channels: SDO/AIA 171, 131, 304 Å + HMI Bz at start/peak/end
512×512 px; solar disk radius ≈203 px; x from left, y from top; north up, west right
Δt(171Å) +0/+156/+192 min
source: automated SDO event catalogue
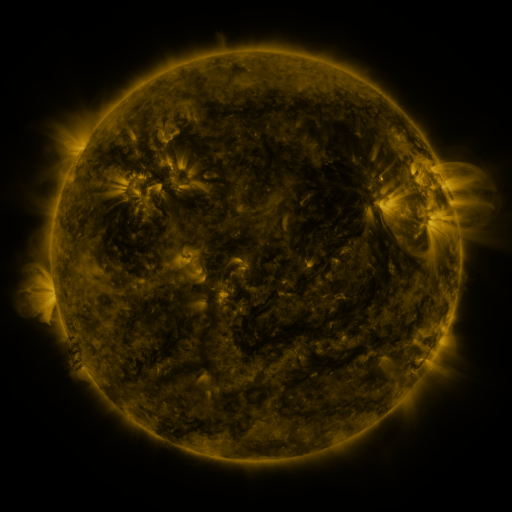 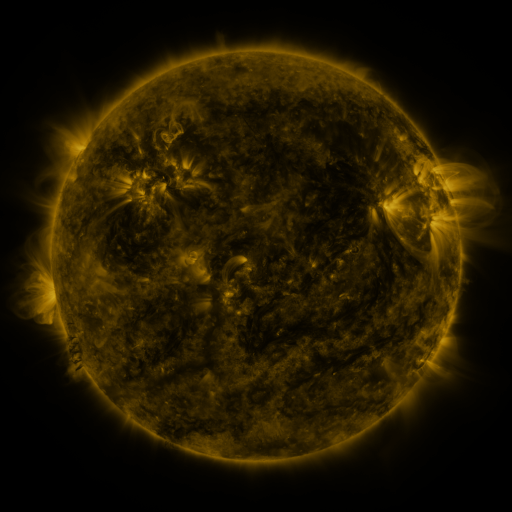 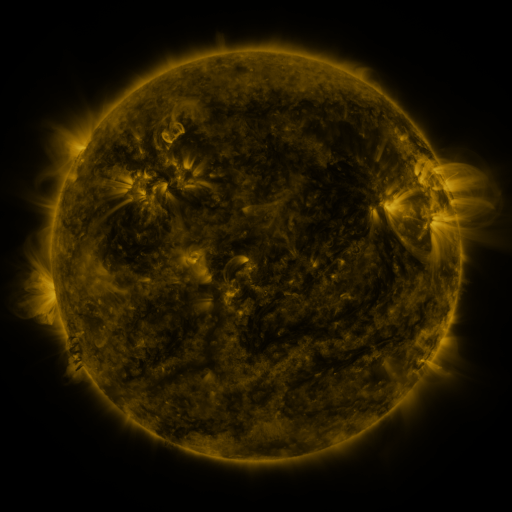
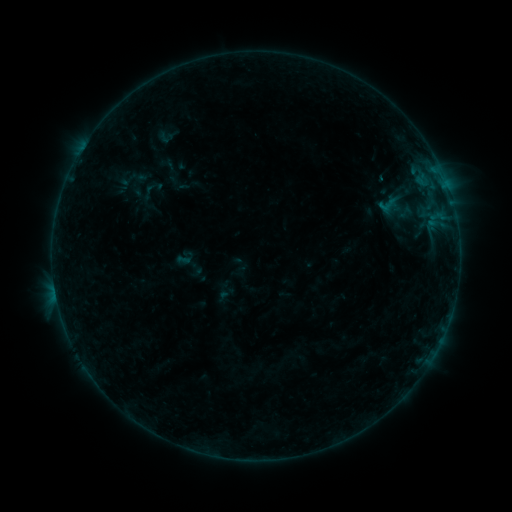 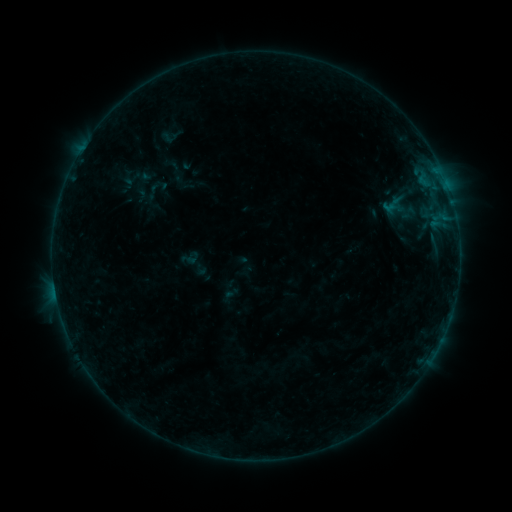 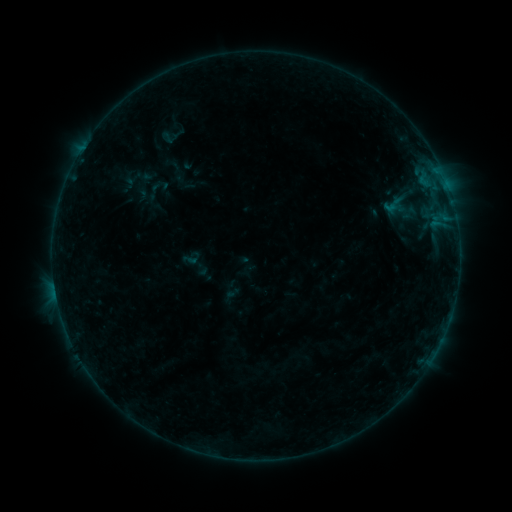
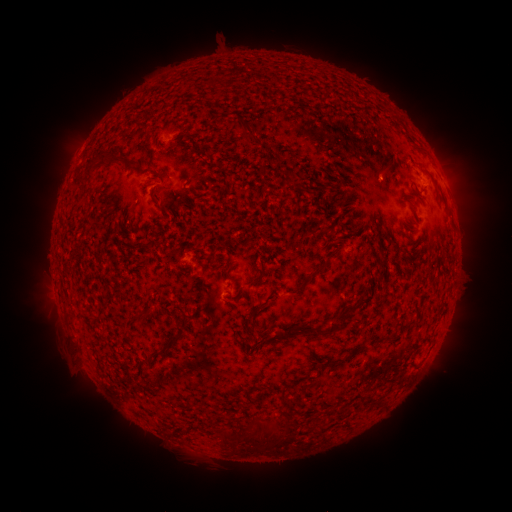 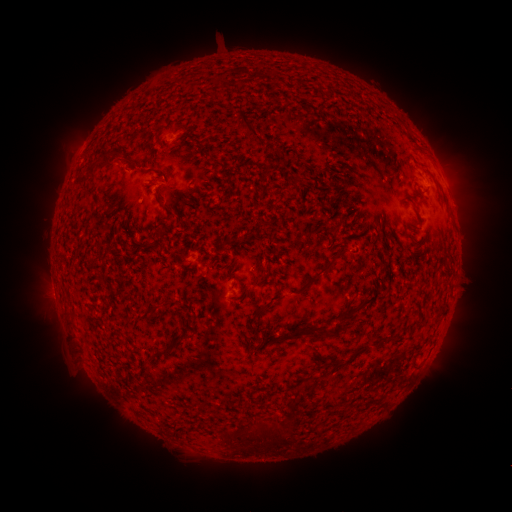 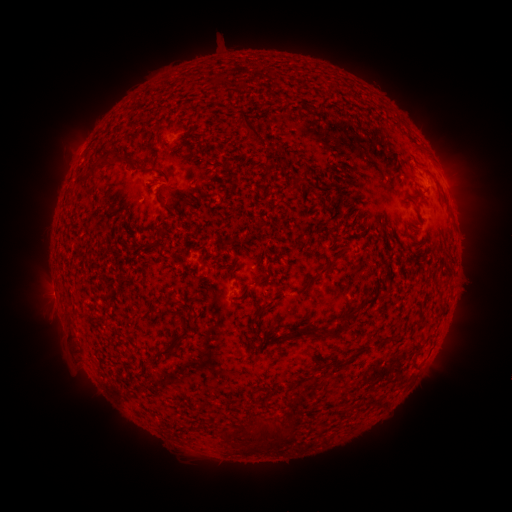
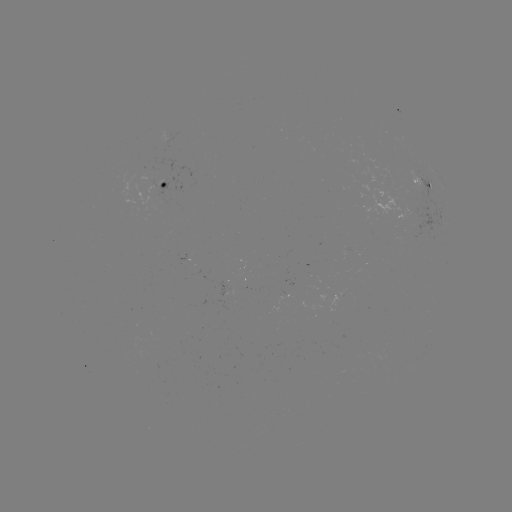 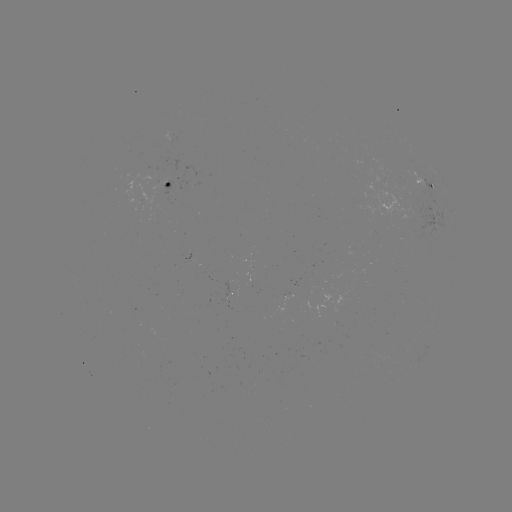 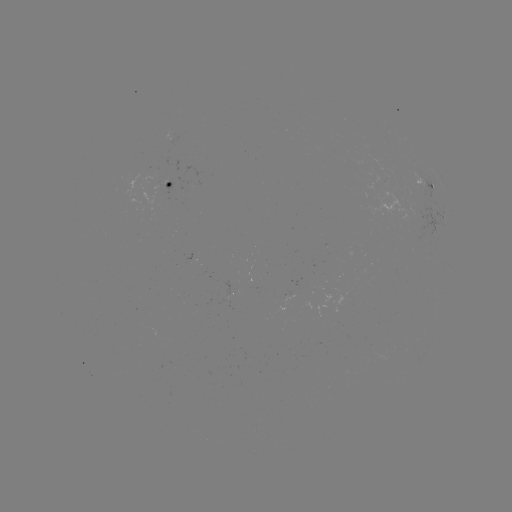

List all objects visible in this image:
emerging-flux region: (137, 201)
